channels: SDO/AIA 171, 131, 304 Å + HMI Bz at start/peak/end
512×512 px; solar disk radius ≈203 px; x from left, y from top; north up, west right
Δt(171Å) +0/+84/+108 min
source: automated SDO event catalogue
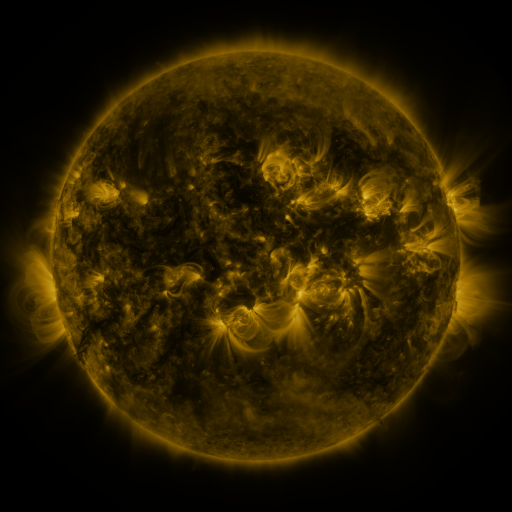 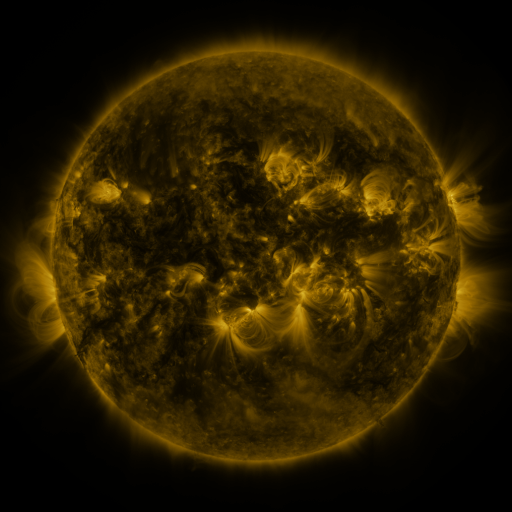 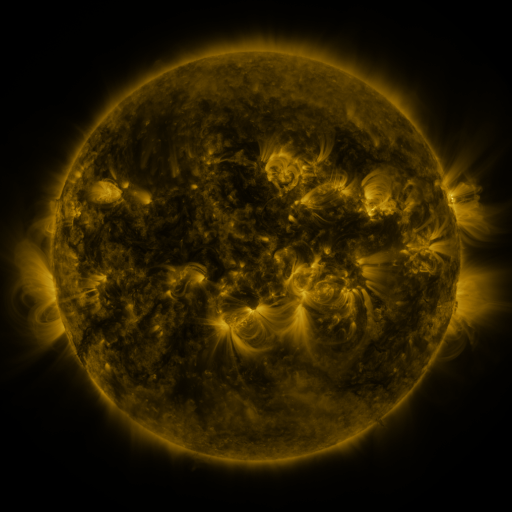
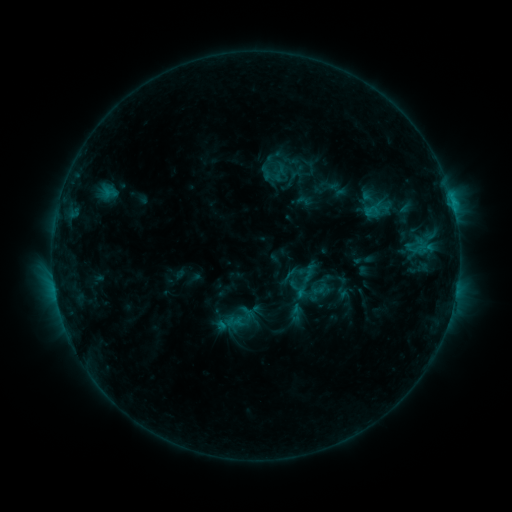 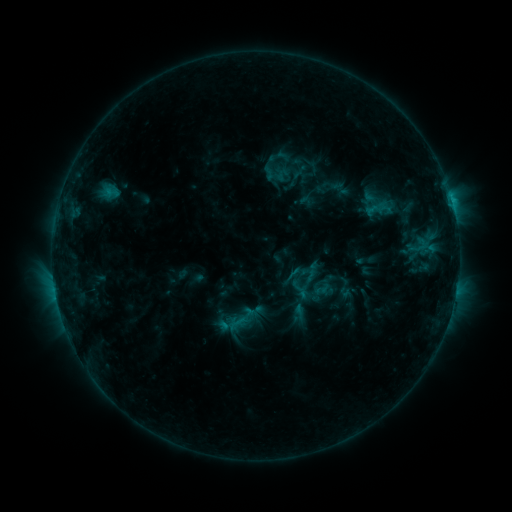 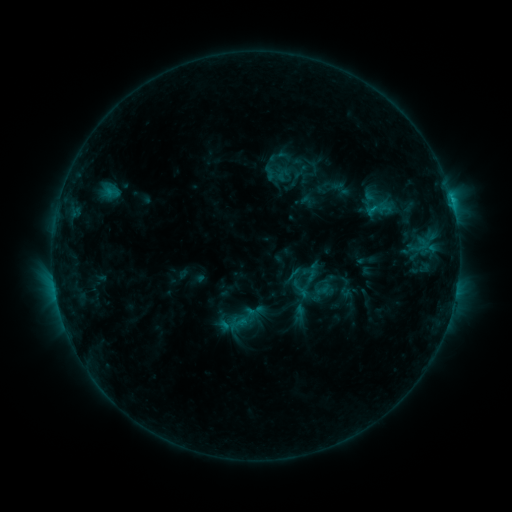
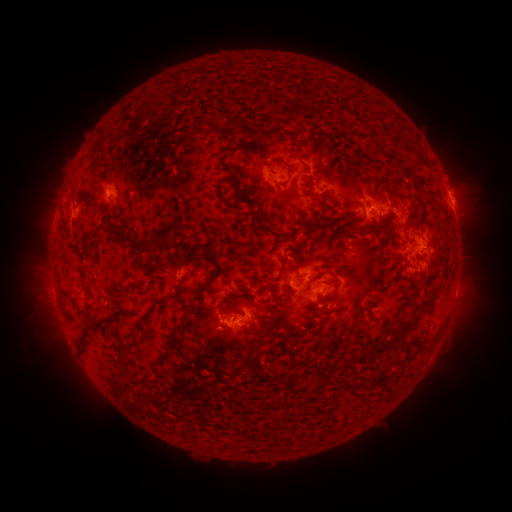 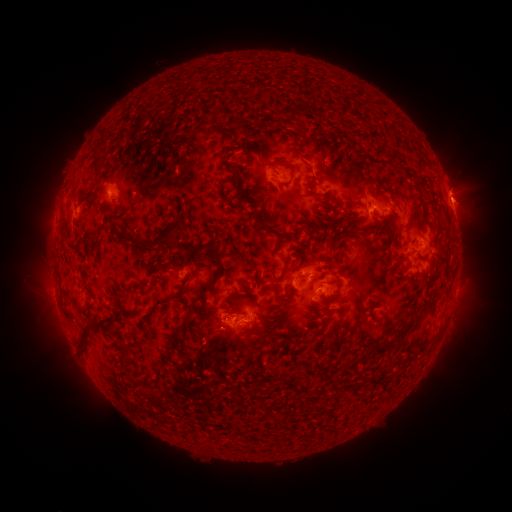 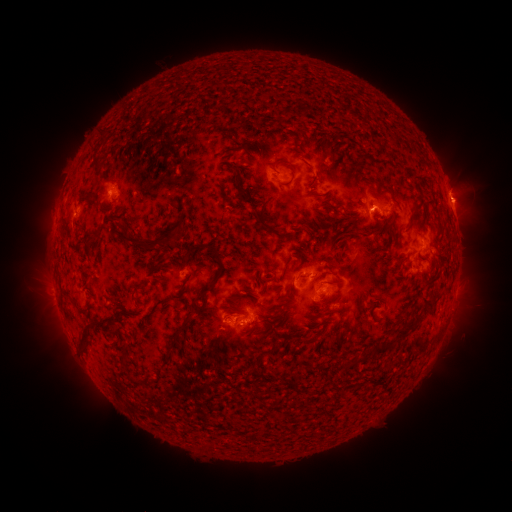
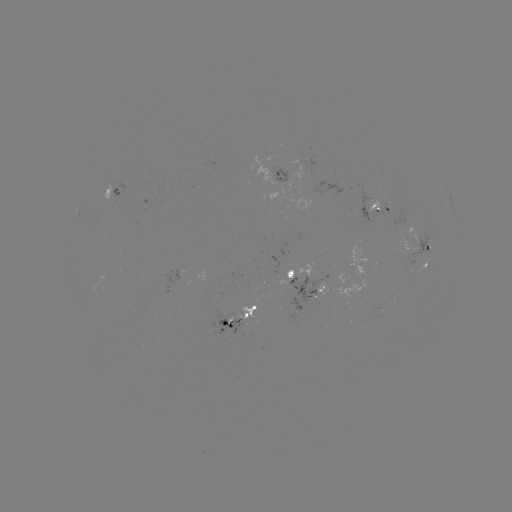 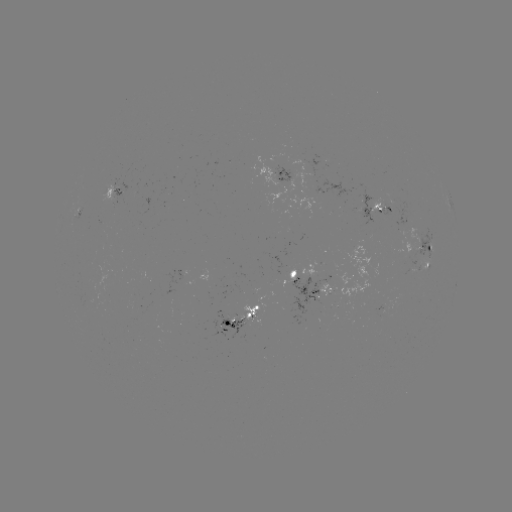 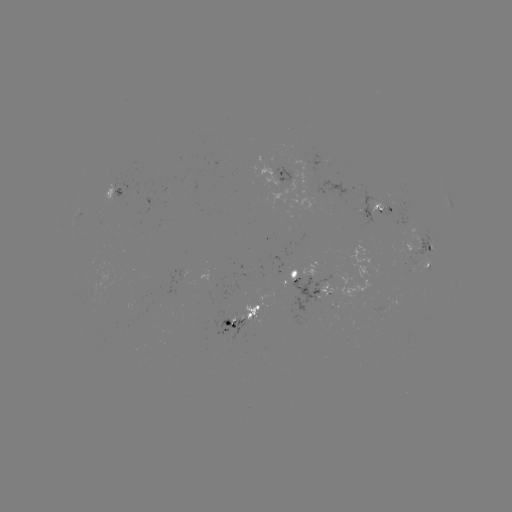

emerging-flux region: [318, 282, 334, 297]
